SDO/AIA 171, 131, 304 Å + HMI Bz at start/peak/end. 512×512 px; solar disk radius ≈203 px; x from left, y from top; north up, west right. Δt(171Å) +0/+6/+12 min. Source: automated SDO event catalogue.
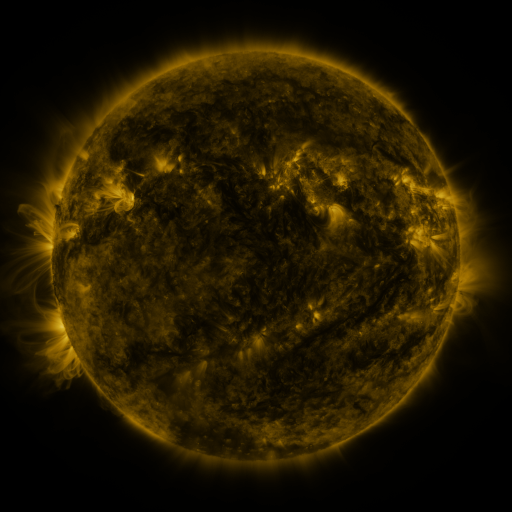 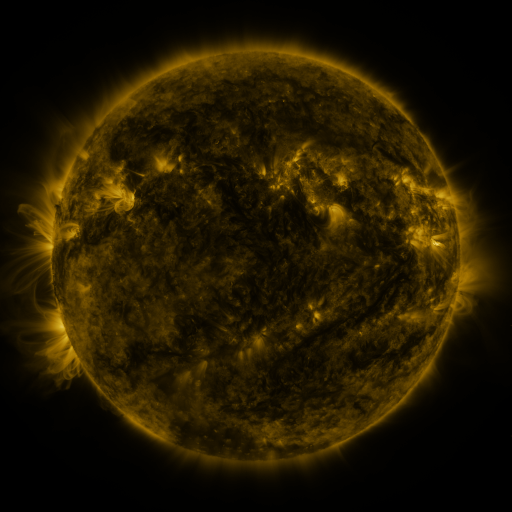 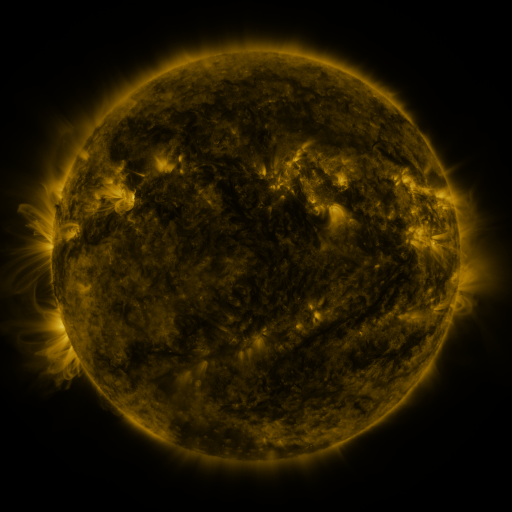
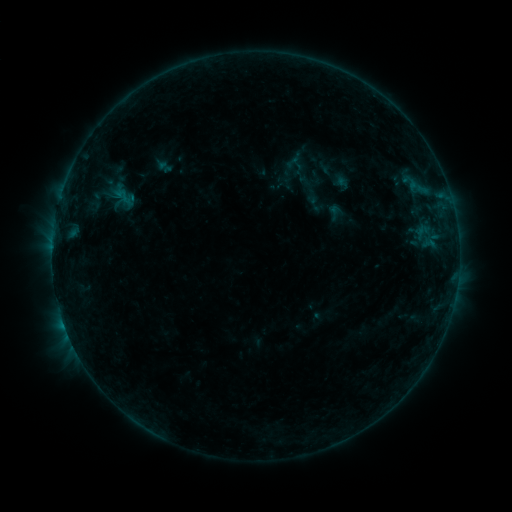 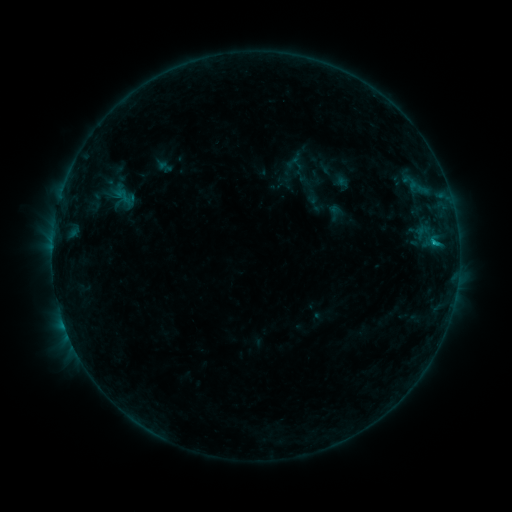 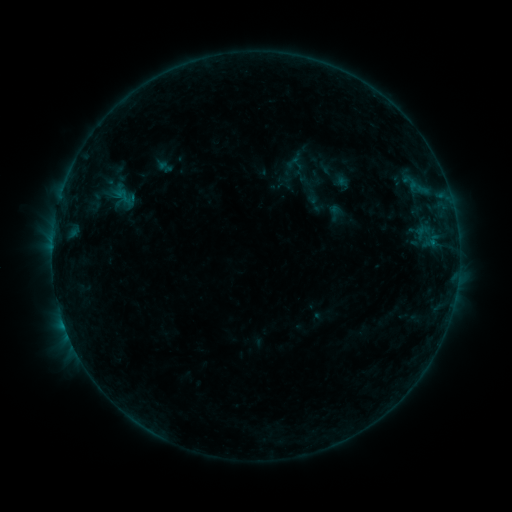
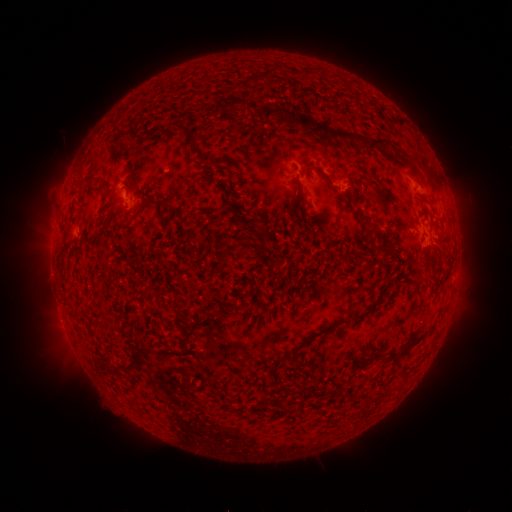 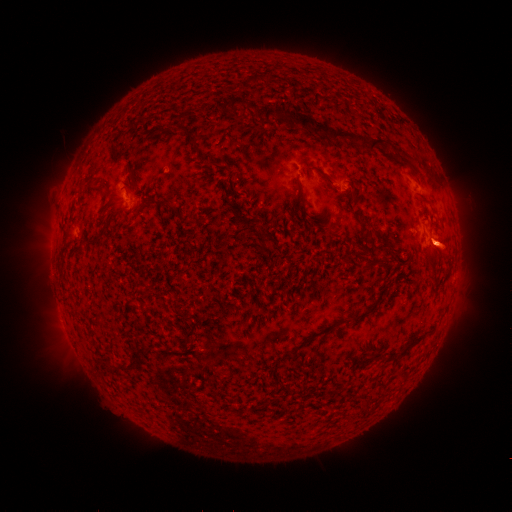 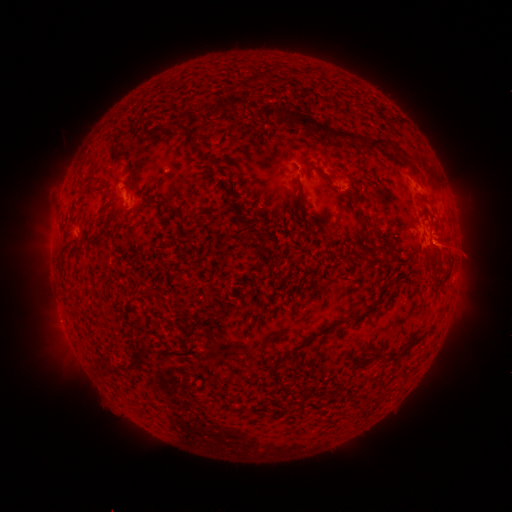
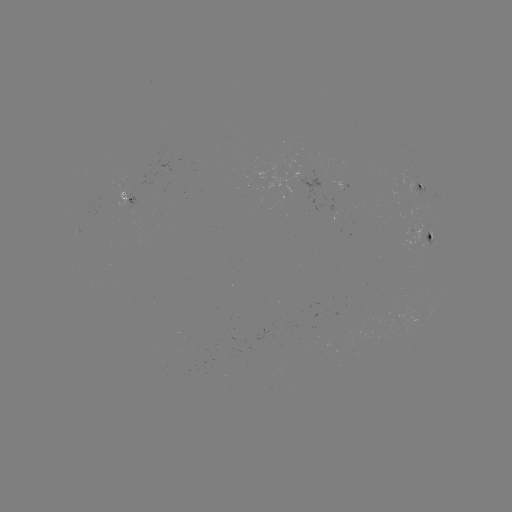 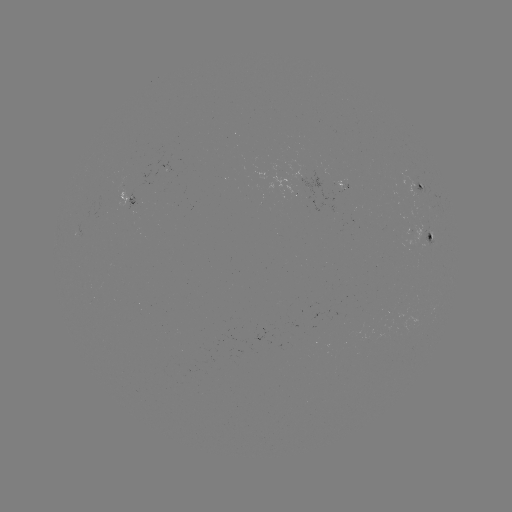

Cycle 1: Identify eruption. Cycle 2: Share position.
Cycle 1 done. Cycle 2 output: [454, 248].